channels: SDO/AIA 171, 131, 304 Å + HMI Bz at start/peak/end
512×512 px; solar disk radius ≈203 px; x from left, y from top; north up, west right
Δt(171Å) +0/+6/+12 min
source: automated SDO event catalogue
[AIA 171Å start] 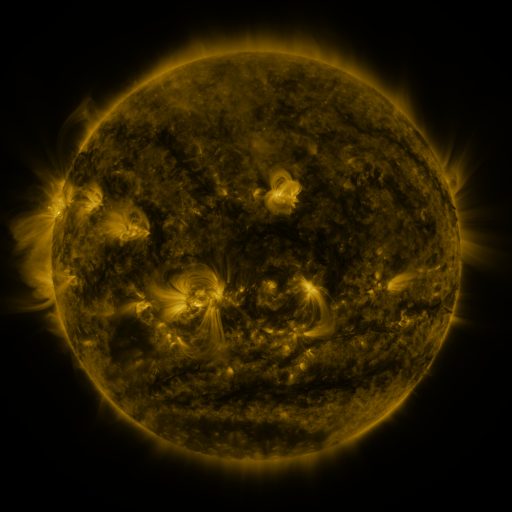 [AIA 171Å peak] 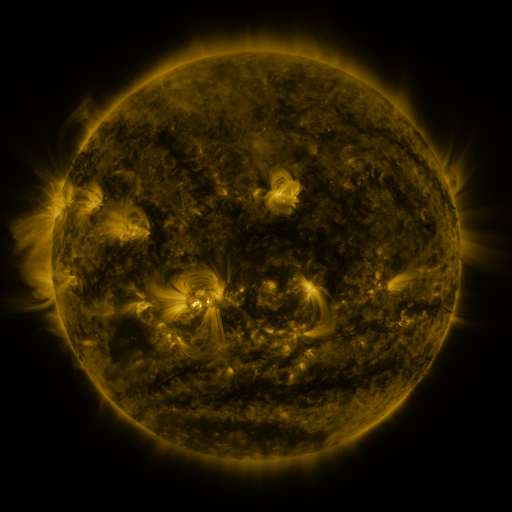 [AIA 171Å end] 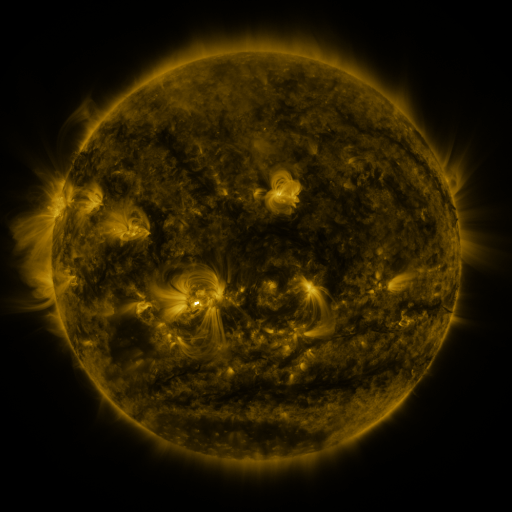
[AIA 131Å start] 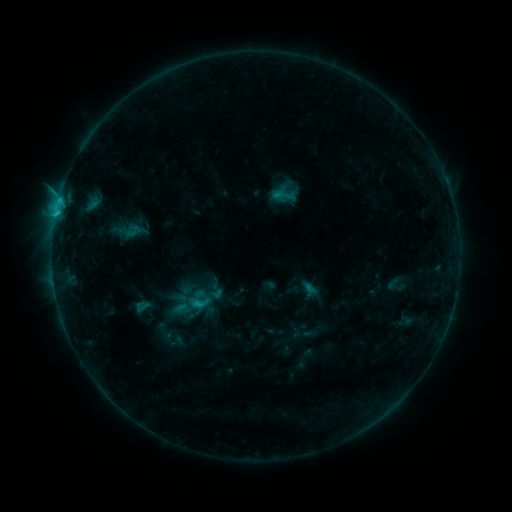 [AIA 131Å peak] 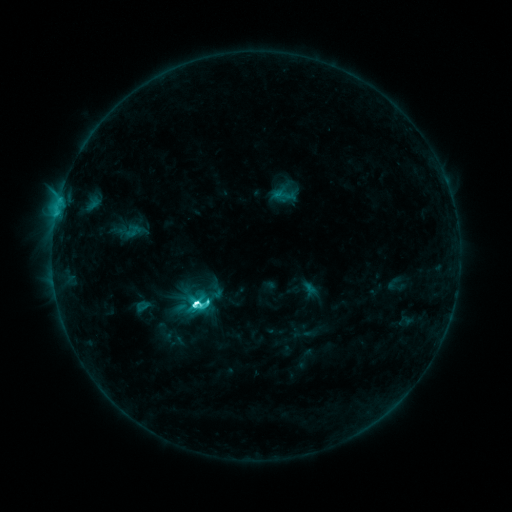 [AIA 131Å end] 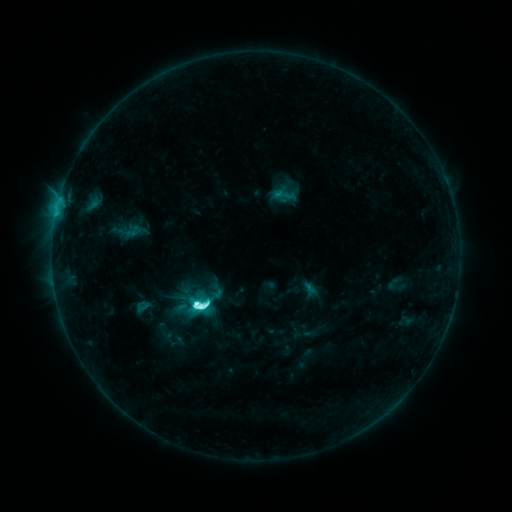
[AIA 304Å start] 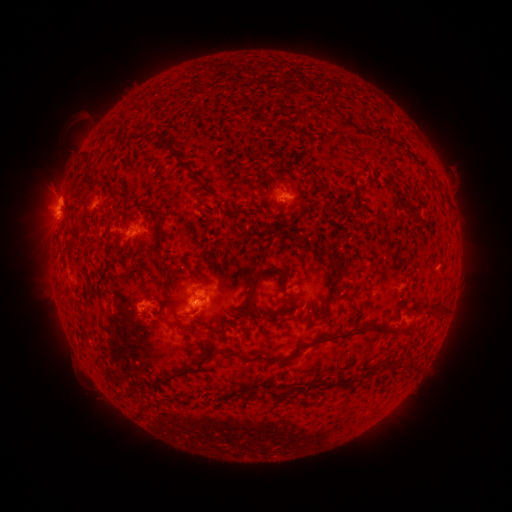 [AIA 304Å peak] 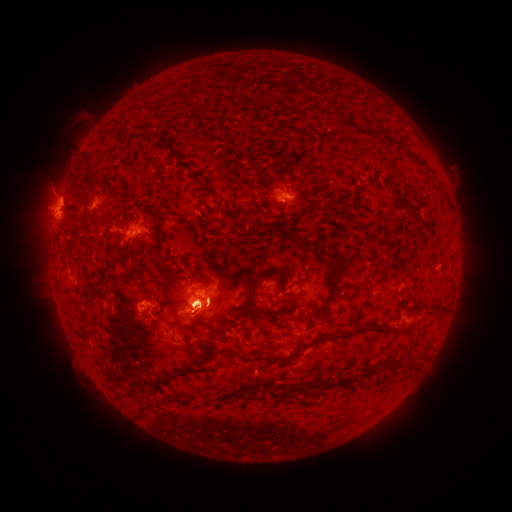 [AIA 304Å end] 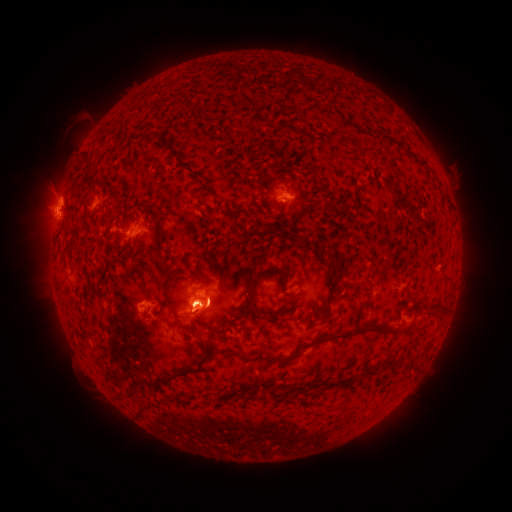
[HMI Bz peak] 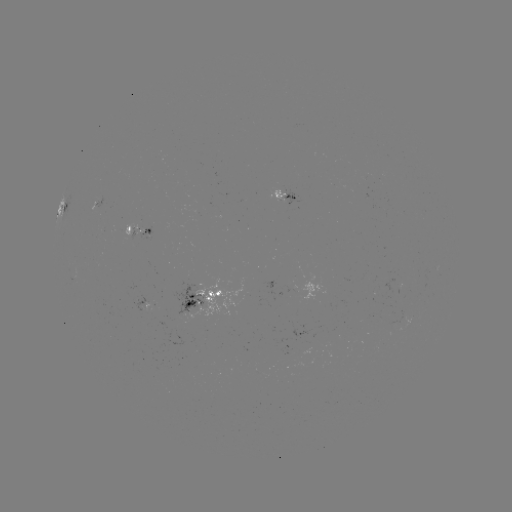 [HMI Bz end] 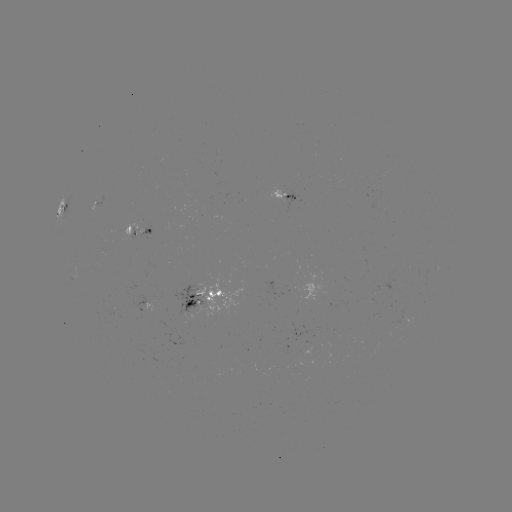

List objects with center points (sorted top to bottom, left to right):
M1.3 flare: (198, 299)
